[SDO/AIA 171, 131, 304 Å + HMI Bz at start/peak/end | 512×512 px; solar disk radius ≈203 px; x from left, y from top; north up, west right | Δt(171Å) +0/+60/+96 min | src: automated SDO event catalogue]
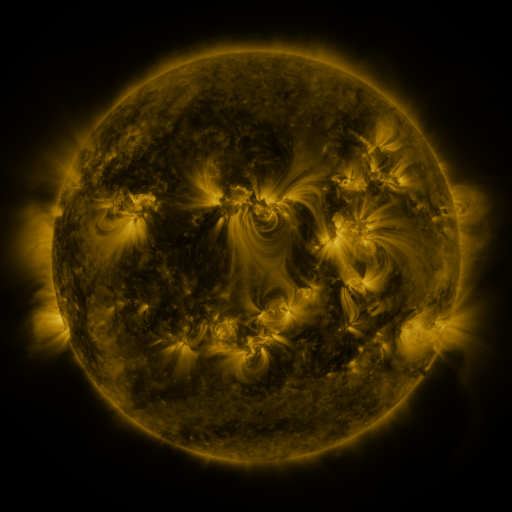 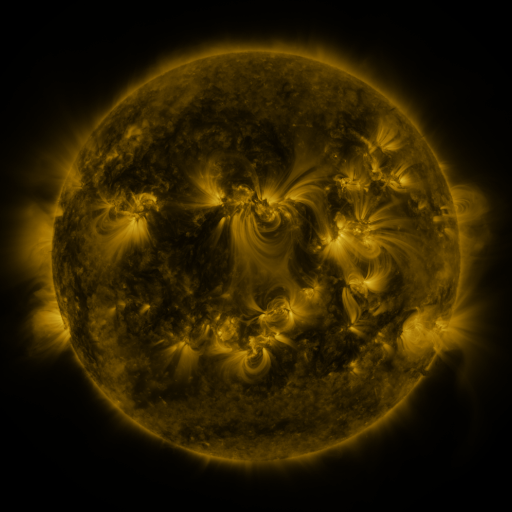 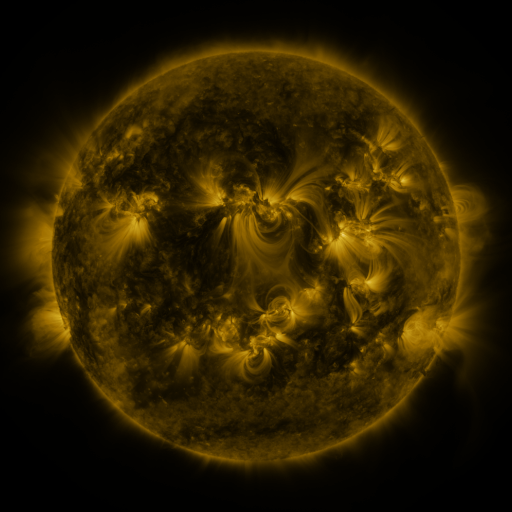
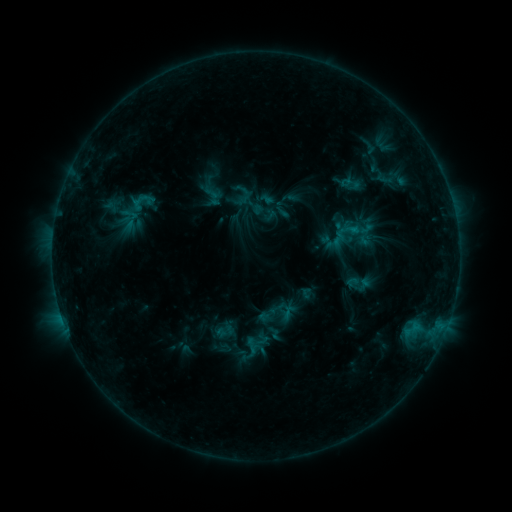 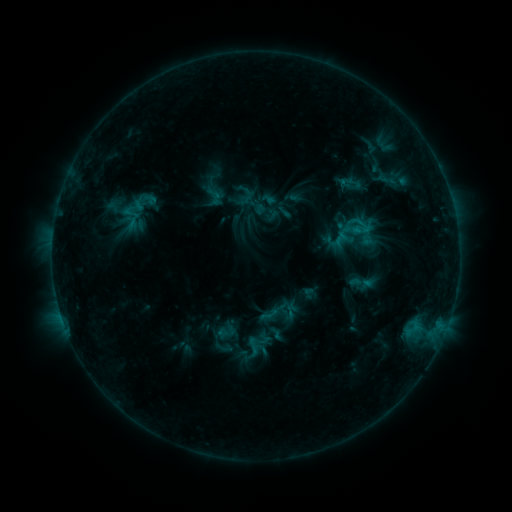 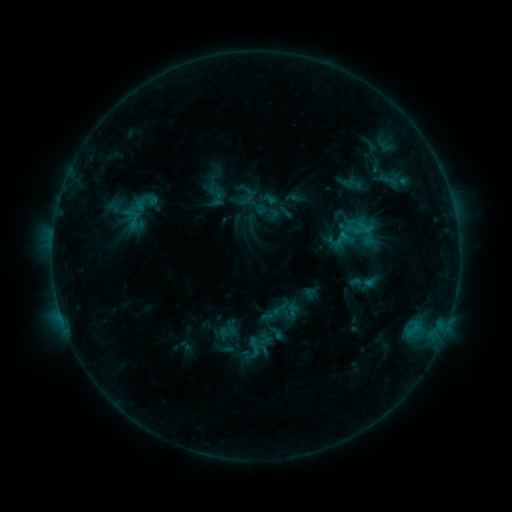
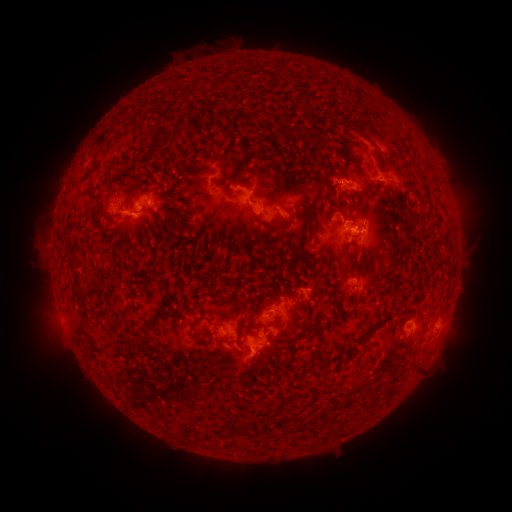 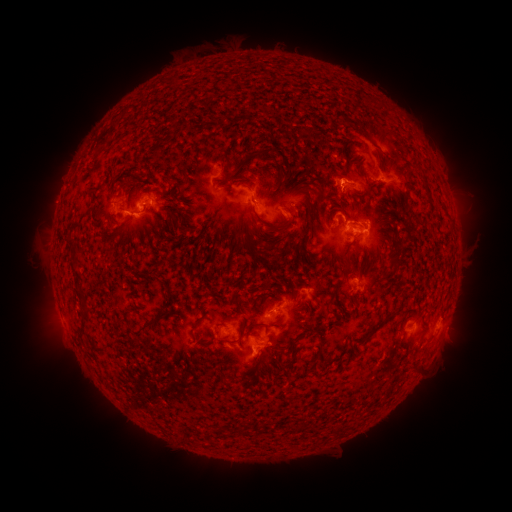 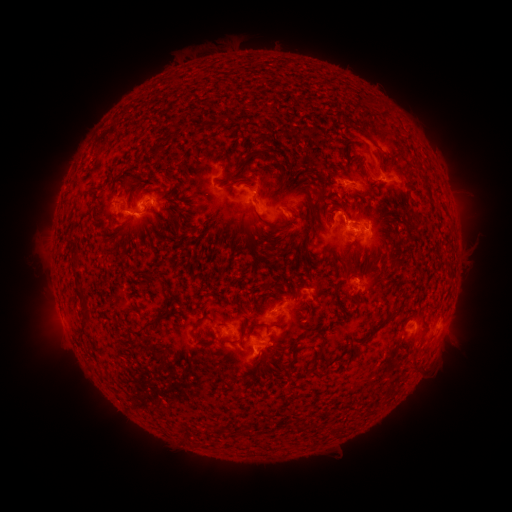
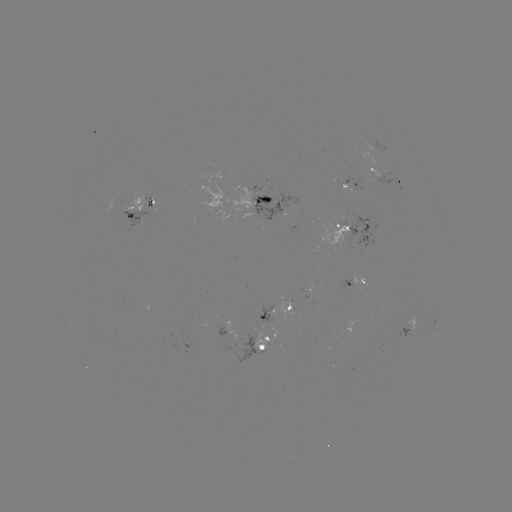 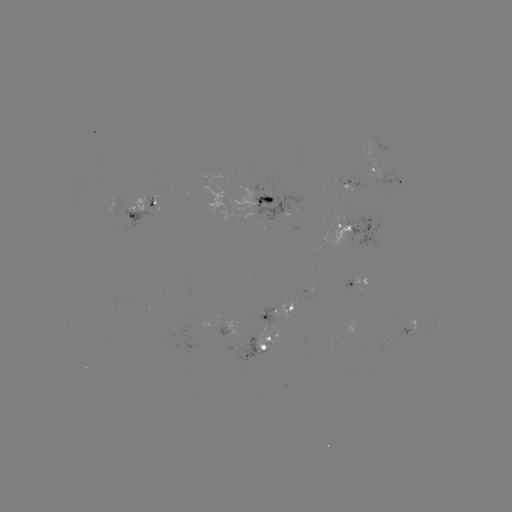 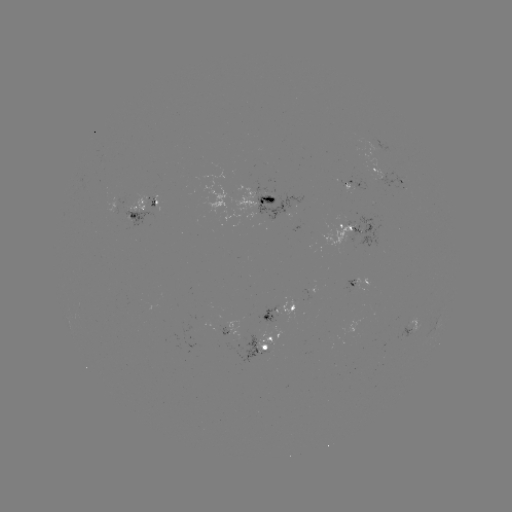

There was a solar emerging-flux region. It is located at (130, 201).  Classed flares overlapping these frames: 1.